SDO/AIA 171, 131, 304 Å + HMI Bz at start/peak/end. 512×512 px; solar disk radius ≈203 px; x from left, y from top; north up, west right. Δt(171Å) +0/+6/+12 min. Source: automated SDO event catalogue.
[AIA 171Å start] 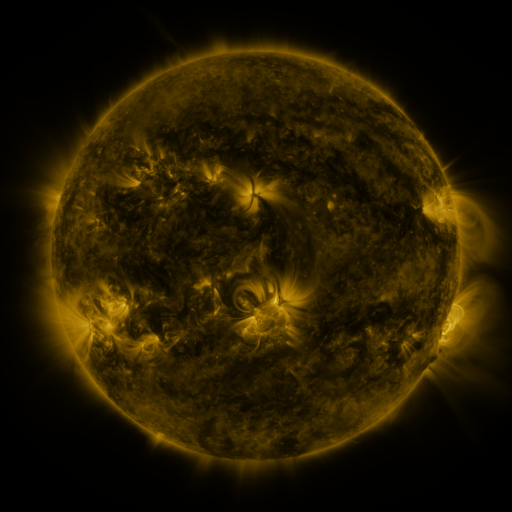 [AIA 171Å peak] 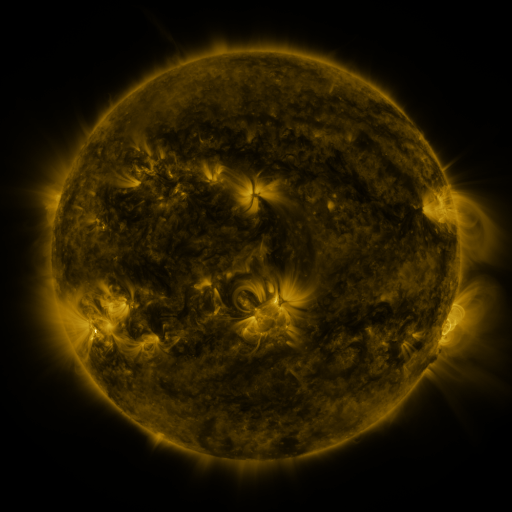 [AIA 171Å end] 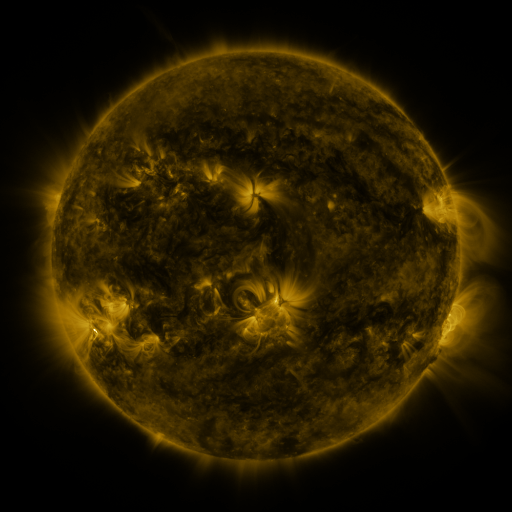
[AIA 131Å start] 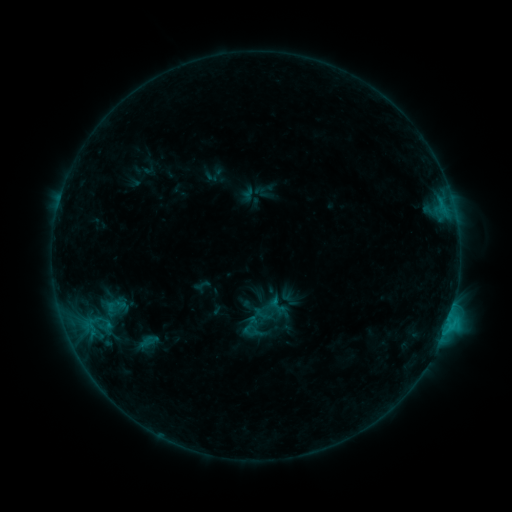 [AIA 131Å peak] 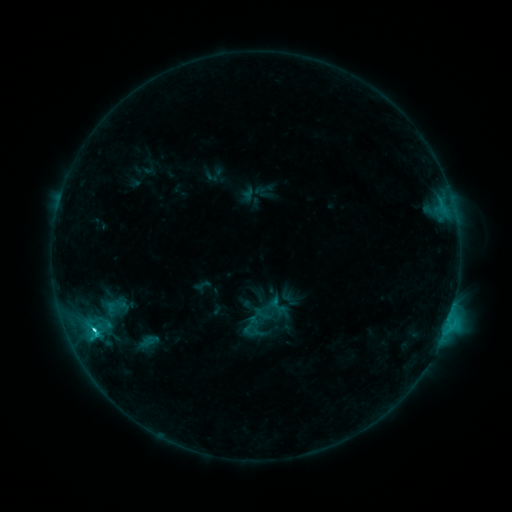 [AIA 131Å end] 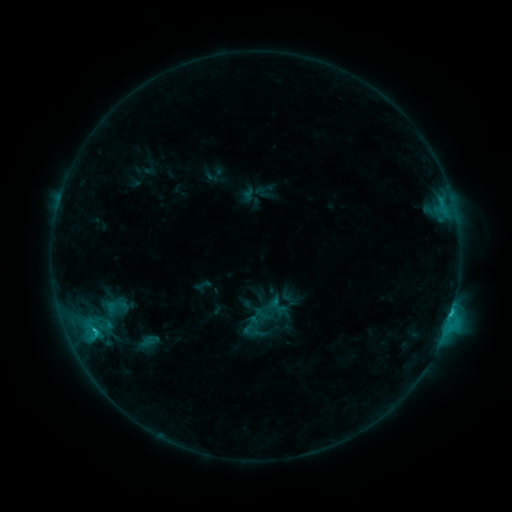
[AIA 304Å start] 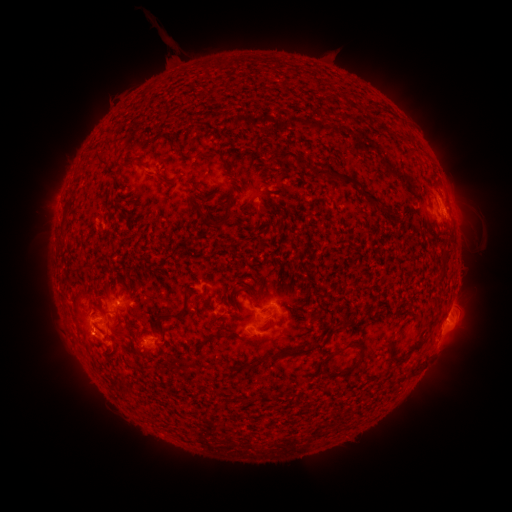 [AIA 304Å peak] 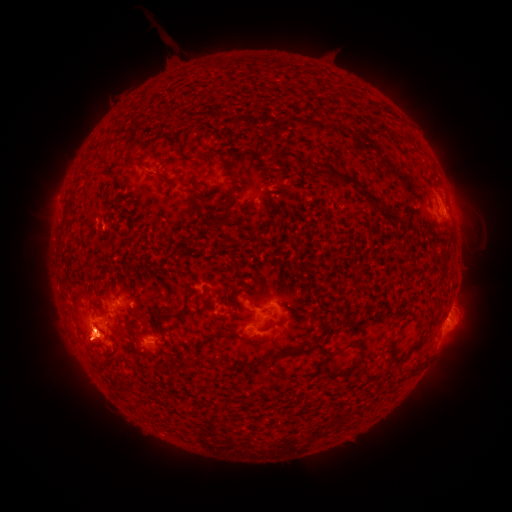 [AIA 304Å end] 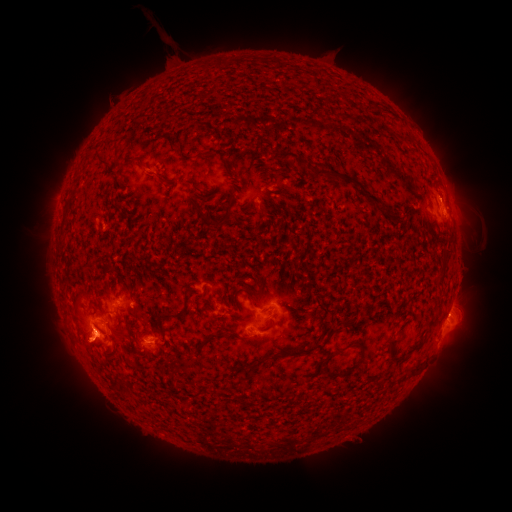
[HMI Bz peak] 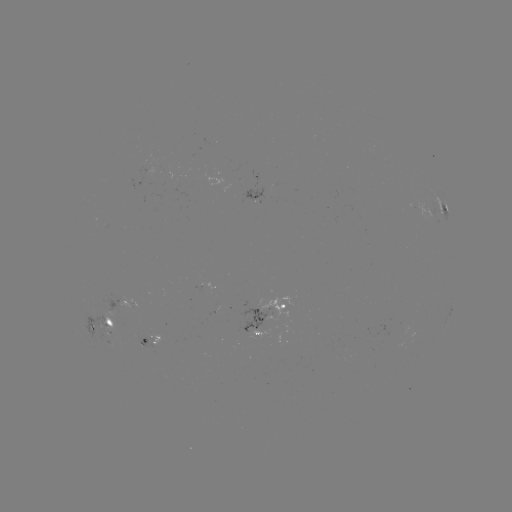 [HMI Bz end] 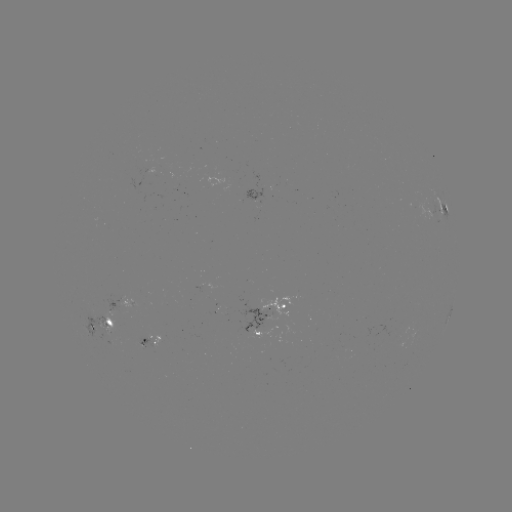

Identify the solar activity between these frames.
eruption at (467, 193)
